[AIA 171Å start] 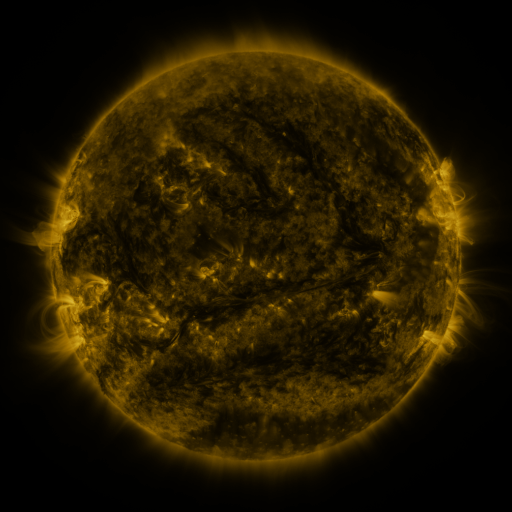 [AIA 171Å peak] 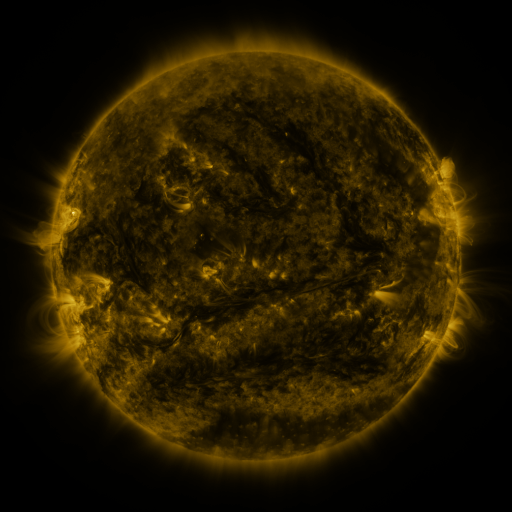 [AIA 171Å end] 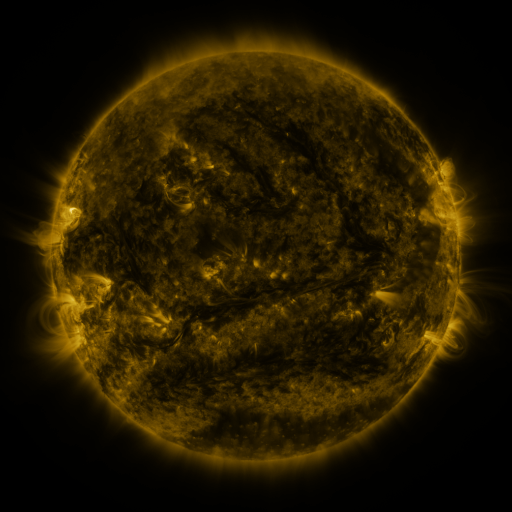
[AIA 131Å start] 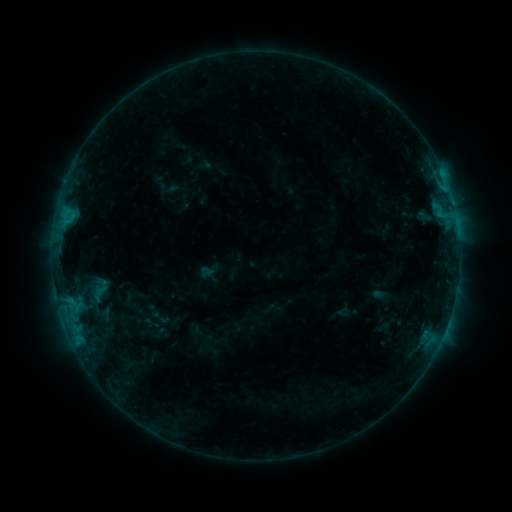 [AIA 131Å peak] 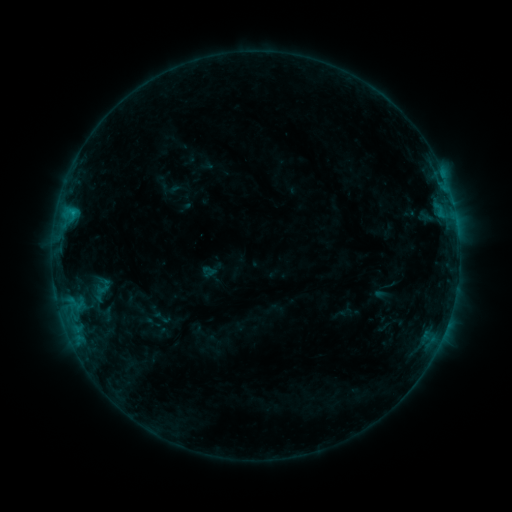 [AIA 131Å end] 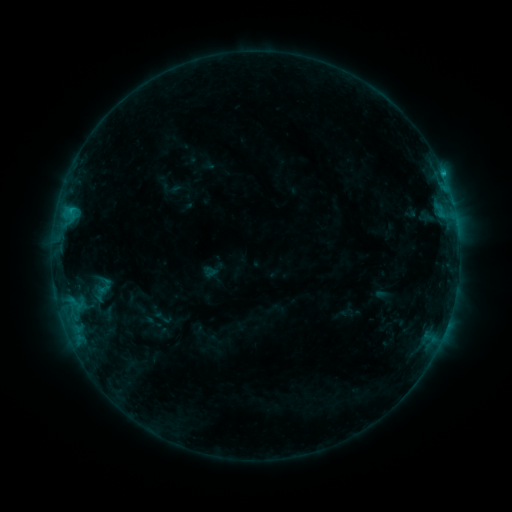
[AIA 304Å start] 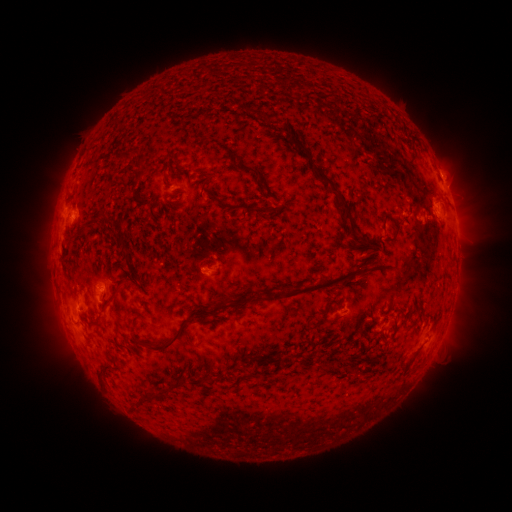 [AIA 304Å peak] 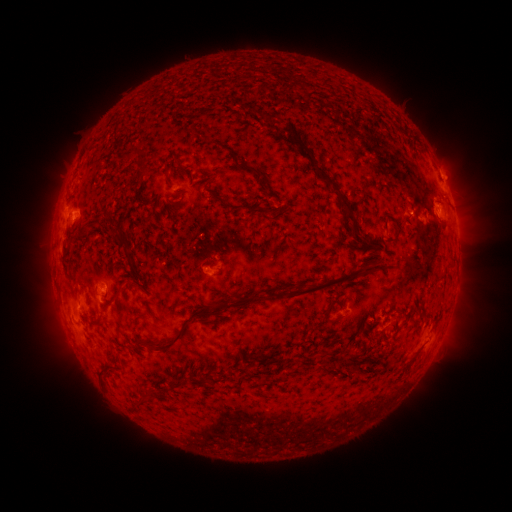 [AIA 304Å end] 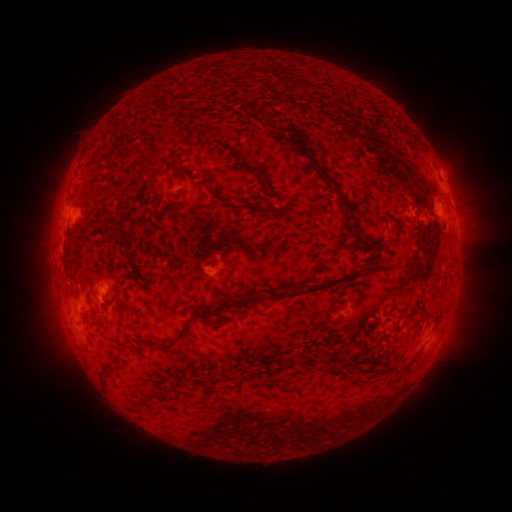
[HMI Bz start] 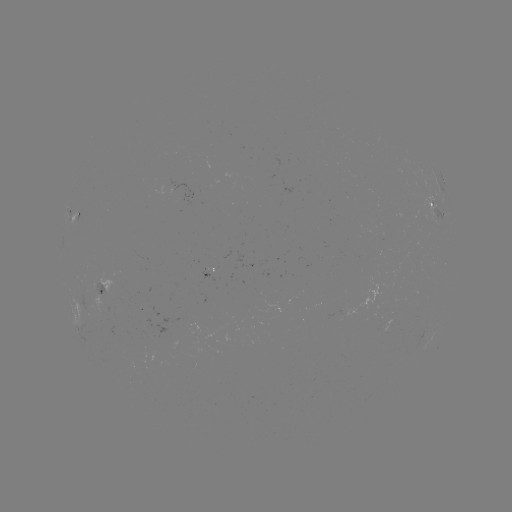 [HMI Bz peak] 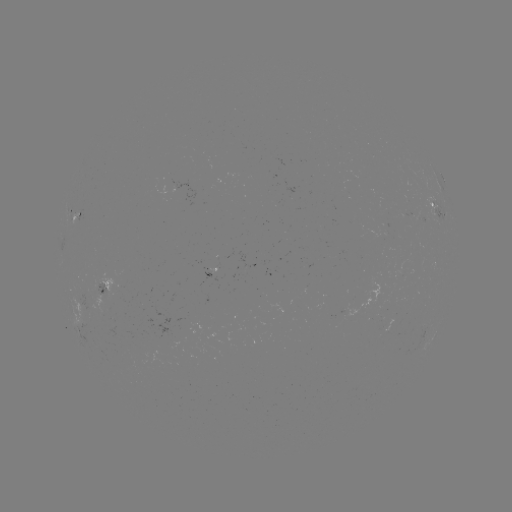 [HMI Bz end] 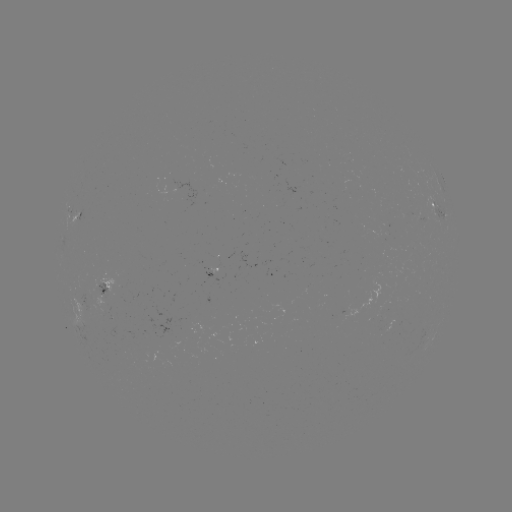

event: emerging-flux region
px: (418, 216)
